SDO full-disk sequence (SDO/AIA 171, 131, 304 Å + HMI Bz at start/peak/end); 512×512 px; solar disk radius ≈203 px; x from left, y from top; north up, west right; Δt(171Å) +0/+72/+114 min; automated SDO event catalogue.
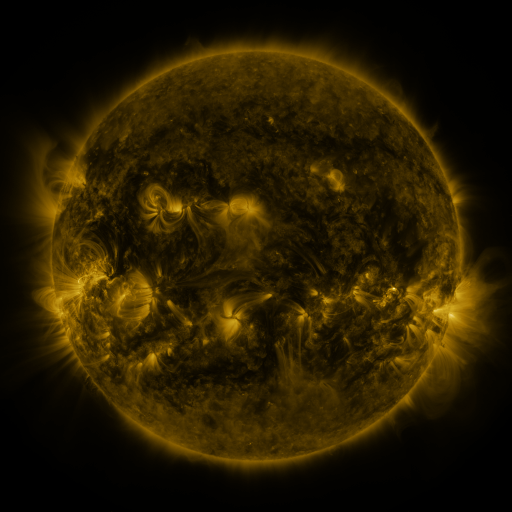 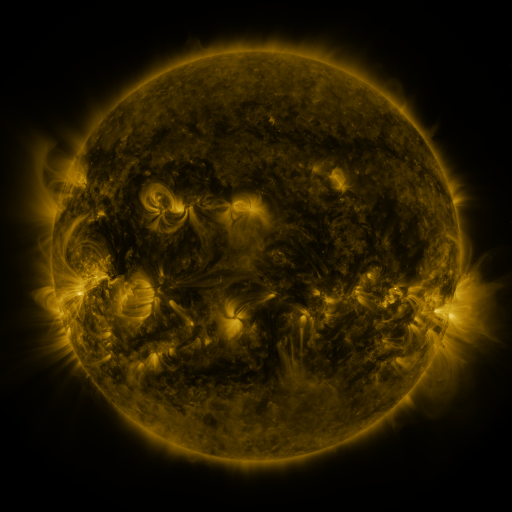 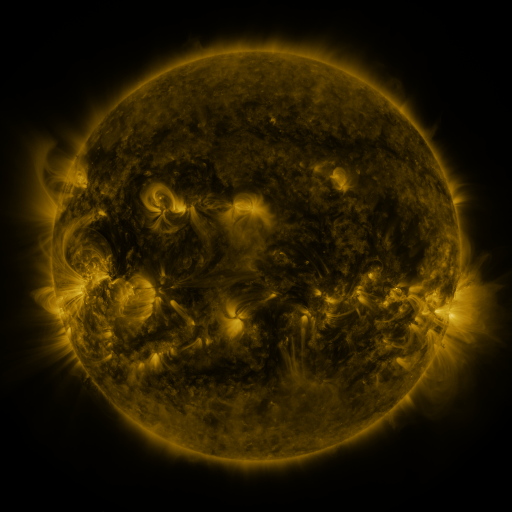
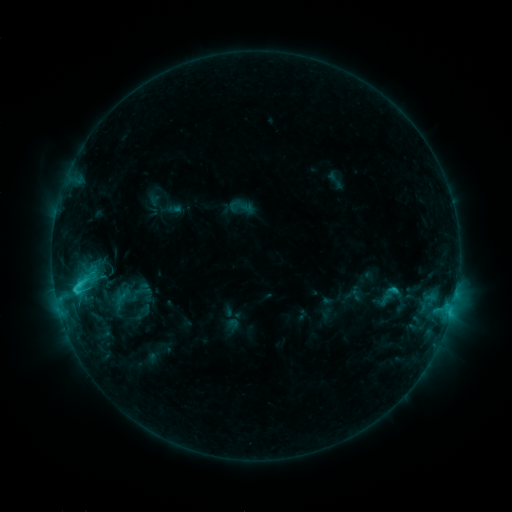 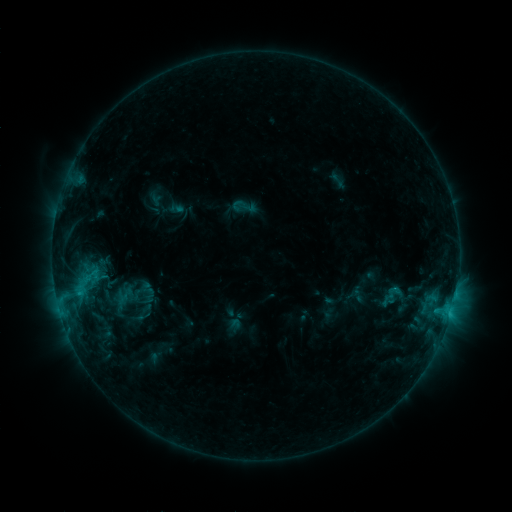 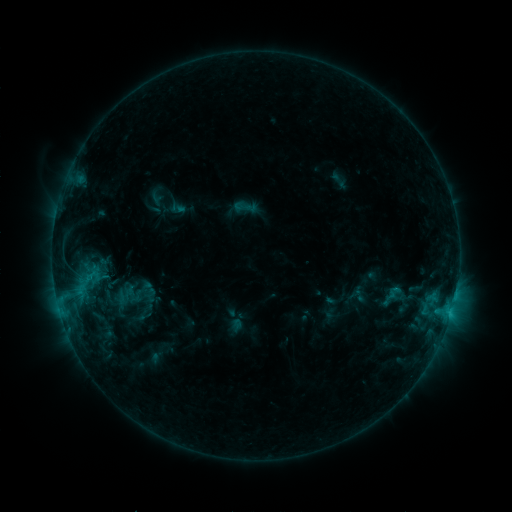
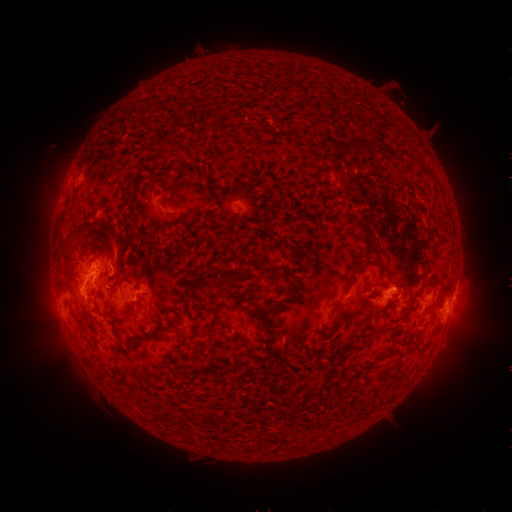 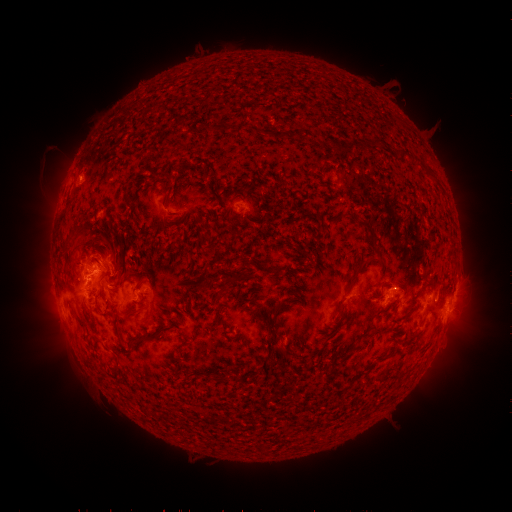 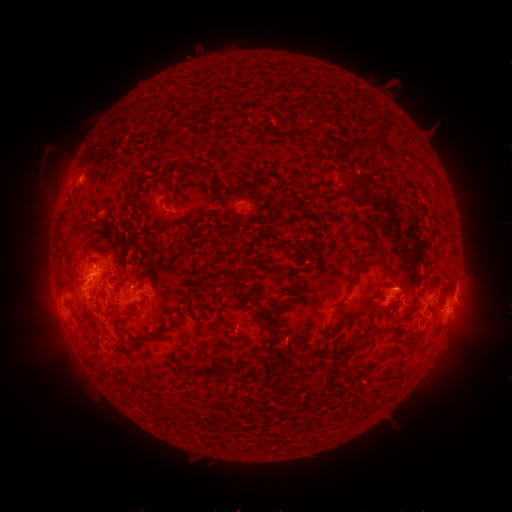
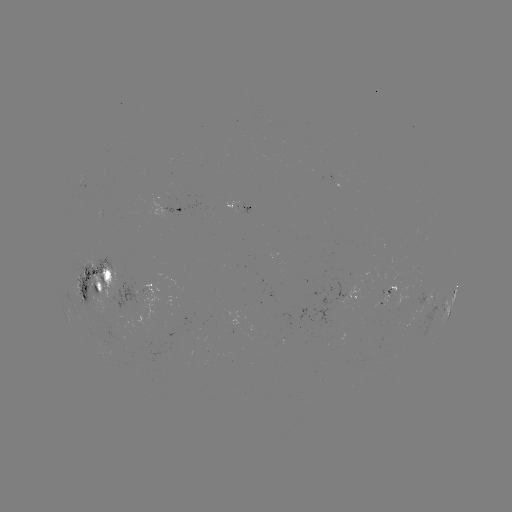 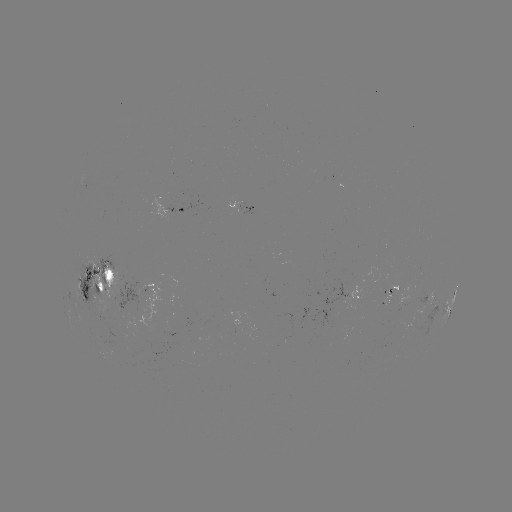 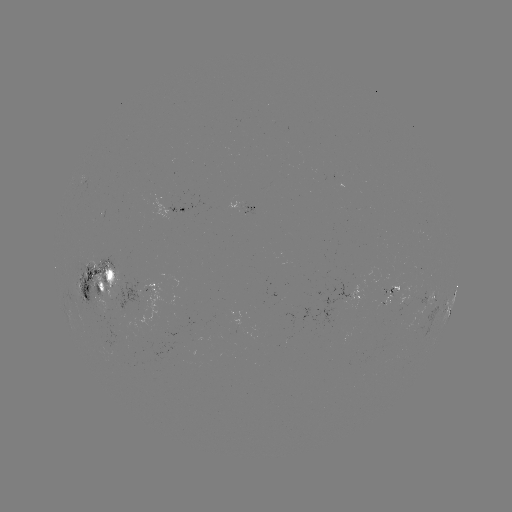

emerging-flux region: <bbox>383, 278, 390, 295</bbox>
